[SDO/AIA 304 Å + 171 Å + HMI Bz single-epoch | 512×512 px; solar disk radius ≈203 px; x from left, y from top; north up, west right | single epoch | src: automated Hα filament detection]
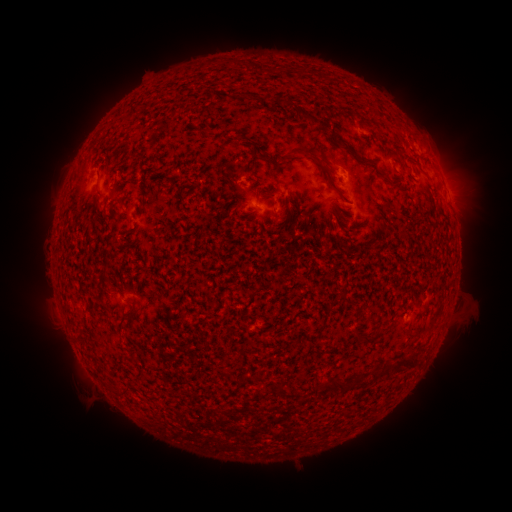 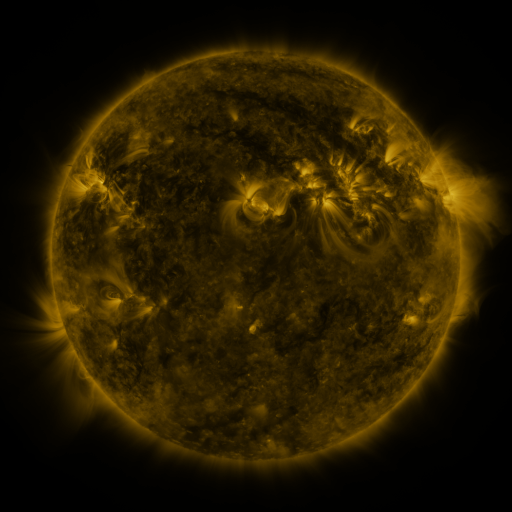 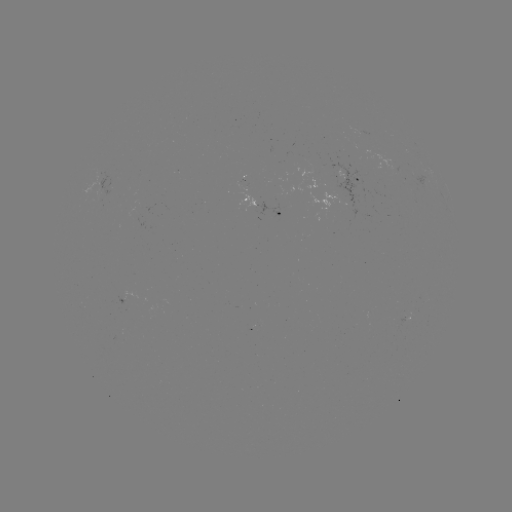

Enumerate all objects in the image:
filament: [290, 67, 303, 75]
filament: [316, 70, 326, 79]
filament: [276, 97, 287, 105]
filament: [300, 110, 313, 123]
filament: [339, 142, 373, 165]
filament: [291, 145, 318, 160]
filament: [256, 150, 275, 164]
filament: [320, 169, 349, 203]
filament: [381, 174, 399, 192]
filament: [95, 183, 102, 195]
filament: [123, 297, 135, 315]
filament: [353, 330, 380, 344]
filament: [393, 350, 419, 369]
filament: [321, 378, 348, 395]
filament: [275, 380, 288, 398]
